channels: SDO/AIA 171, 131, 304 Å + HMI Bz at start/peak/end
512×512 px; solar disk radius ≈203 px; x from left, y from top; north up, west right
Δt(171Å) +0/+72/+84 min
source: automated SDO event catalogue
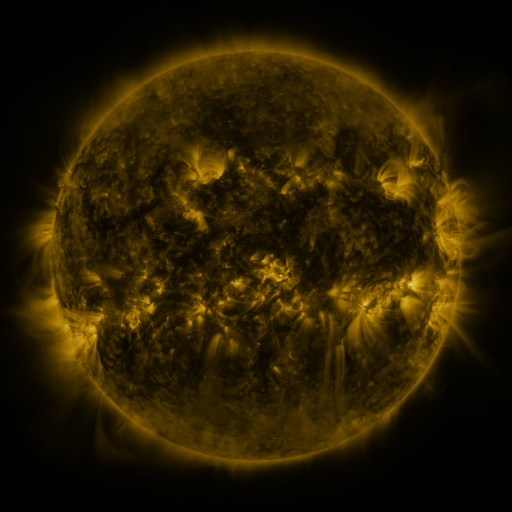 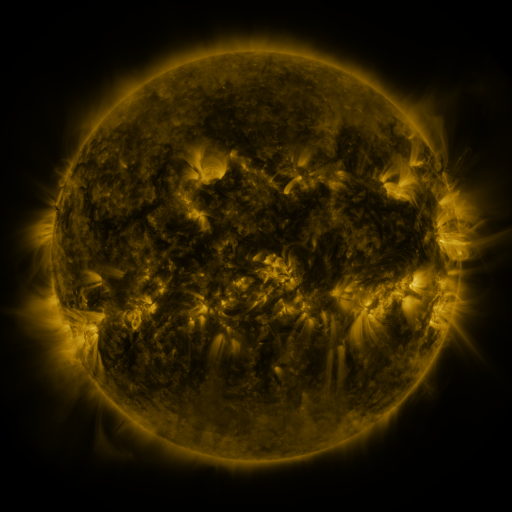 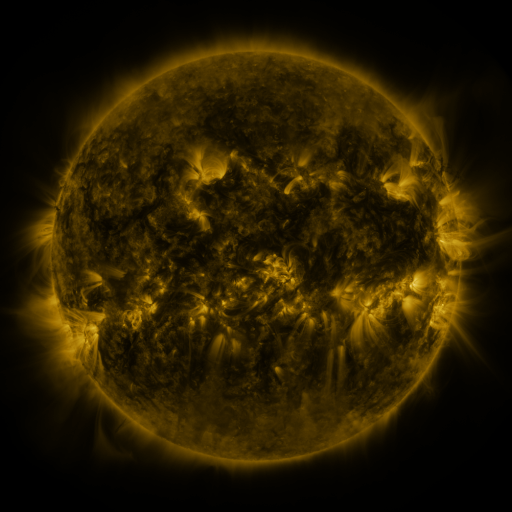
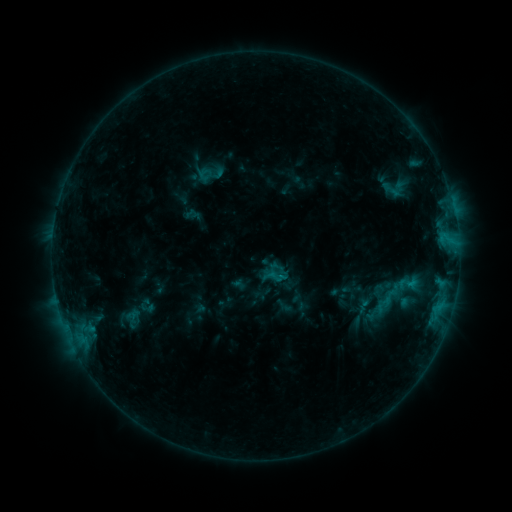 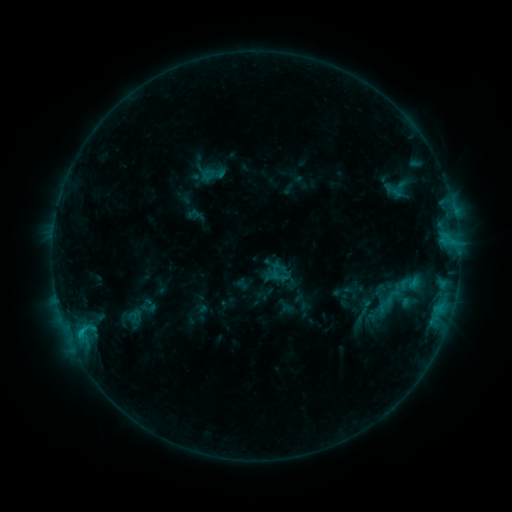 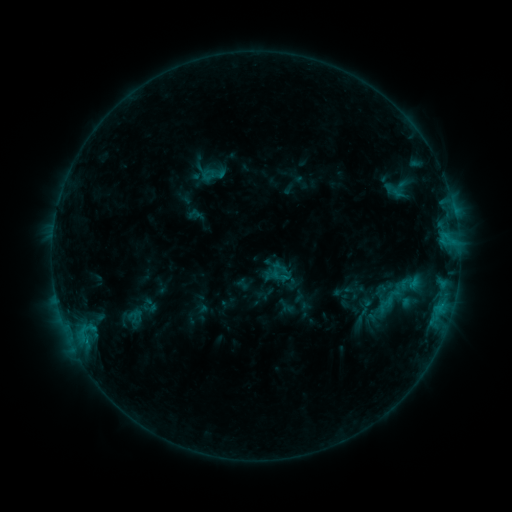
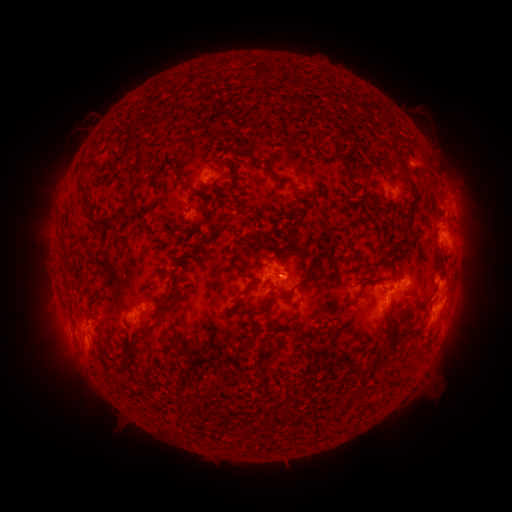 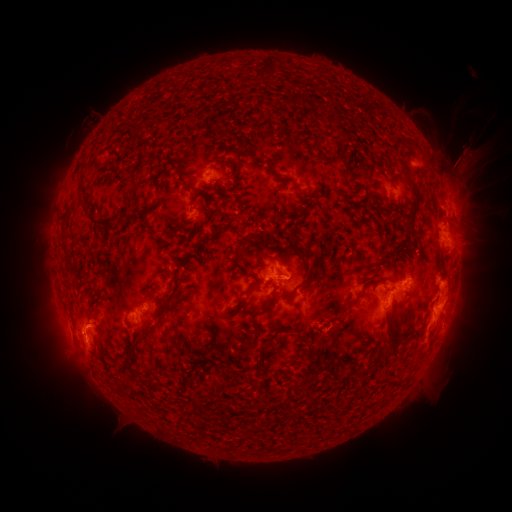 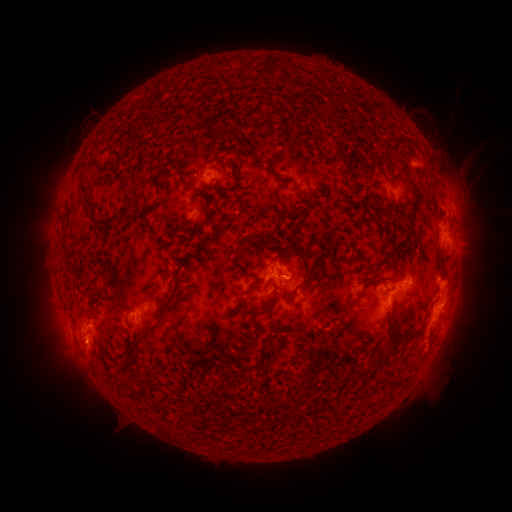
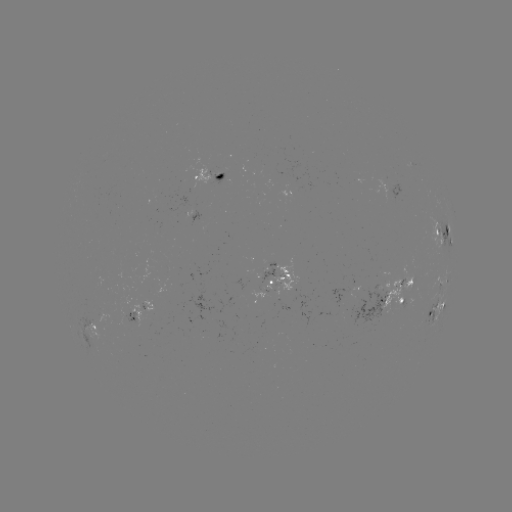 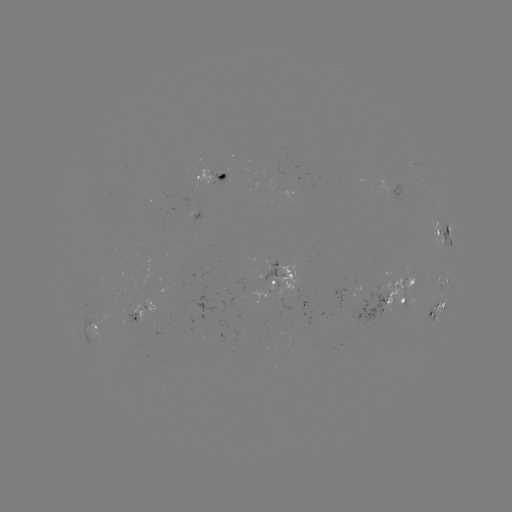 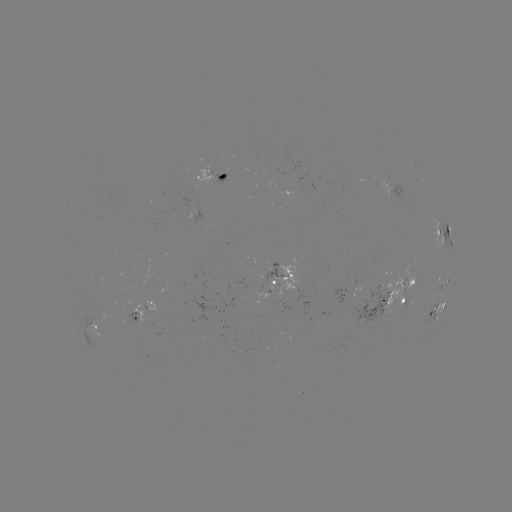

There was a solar emerging-flux region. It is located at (283, 277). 